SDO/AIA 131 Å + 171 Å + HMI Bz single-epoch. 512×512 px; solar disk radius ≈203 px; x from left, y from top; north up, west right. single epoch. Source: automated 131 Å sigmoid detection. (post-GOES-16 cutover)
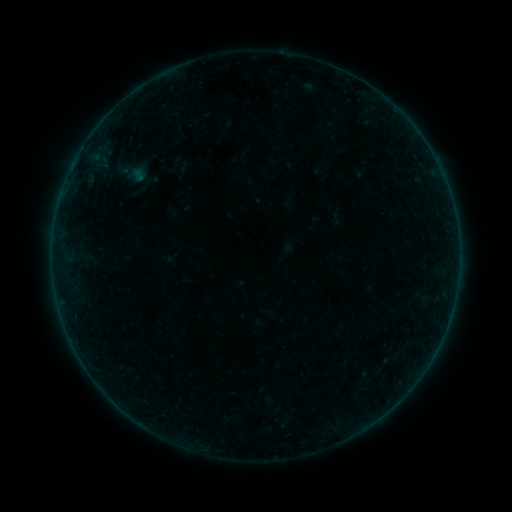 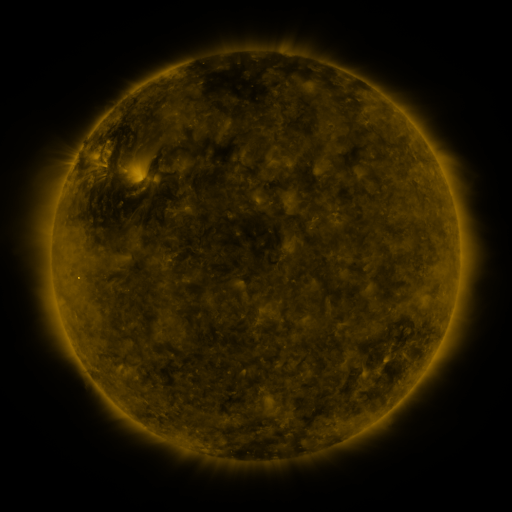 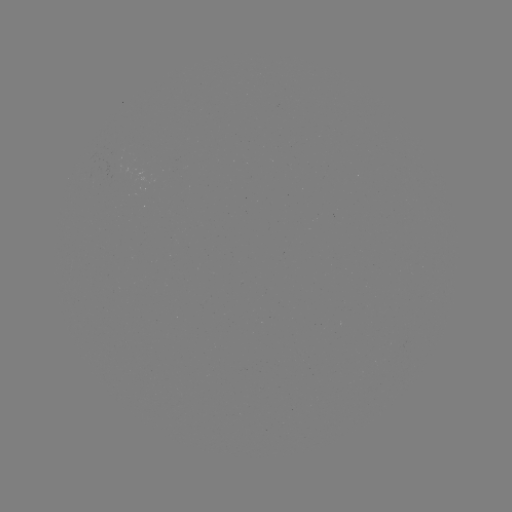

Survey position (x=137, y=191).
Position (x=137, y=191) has sigmoid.